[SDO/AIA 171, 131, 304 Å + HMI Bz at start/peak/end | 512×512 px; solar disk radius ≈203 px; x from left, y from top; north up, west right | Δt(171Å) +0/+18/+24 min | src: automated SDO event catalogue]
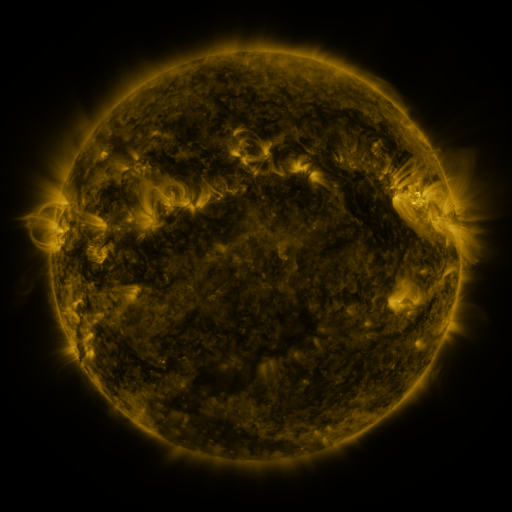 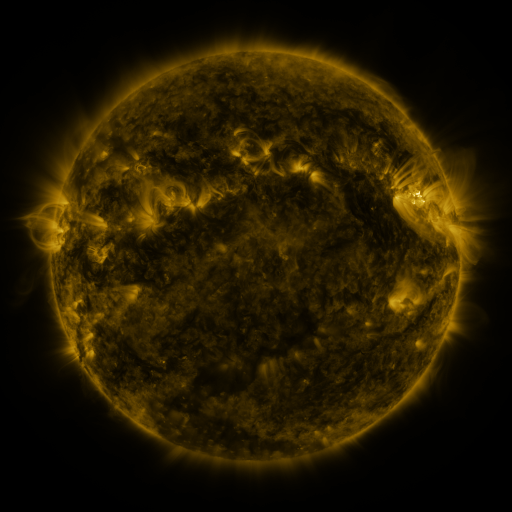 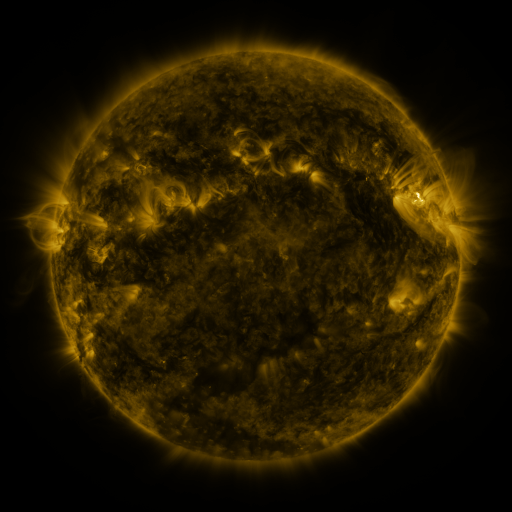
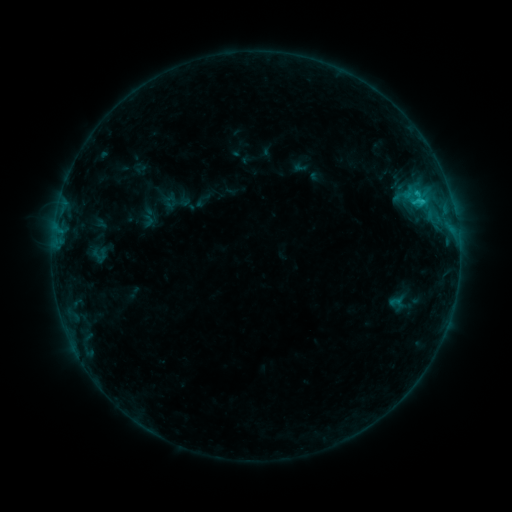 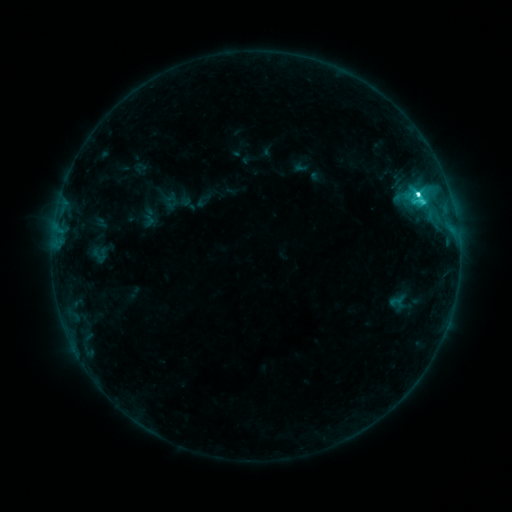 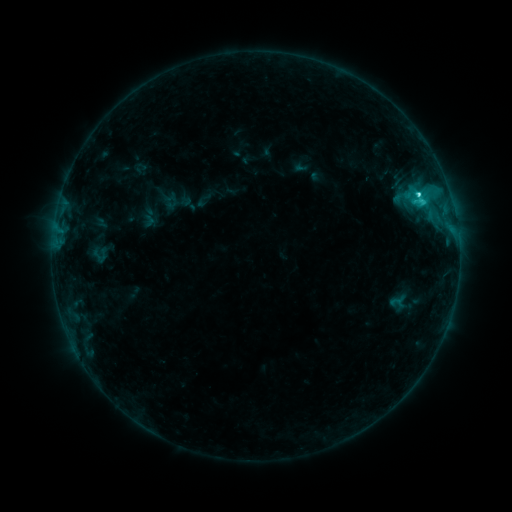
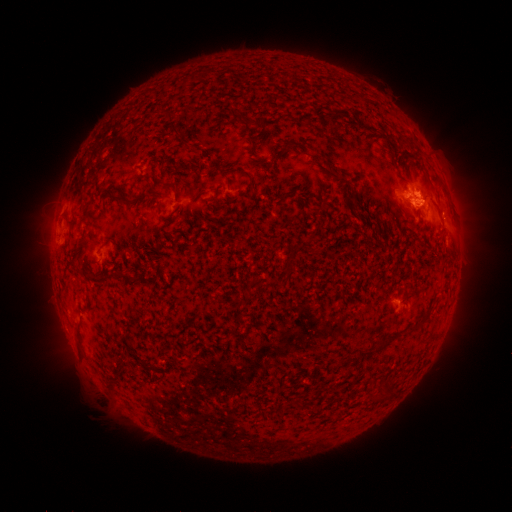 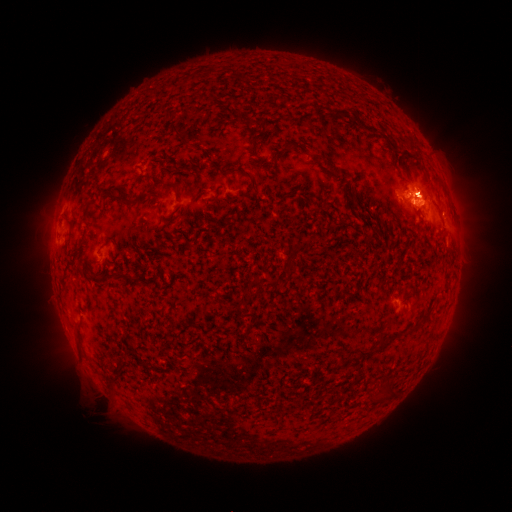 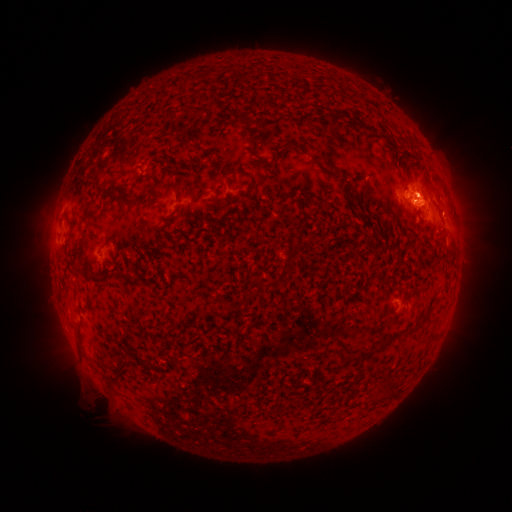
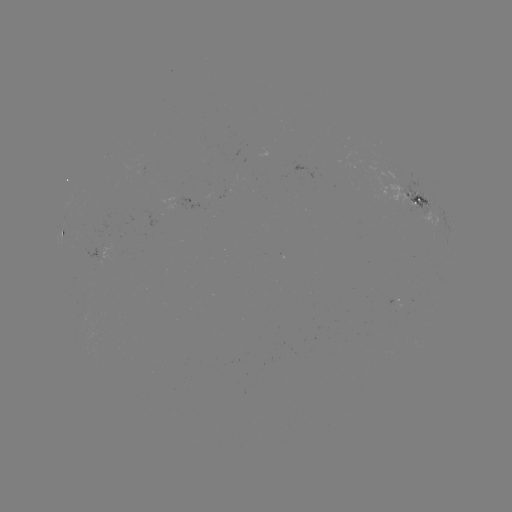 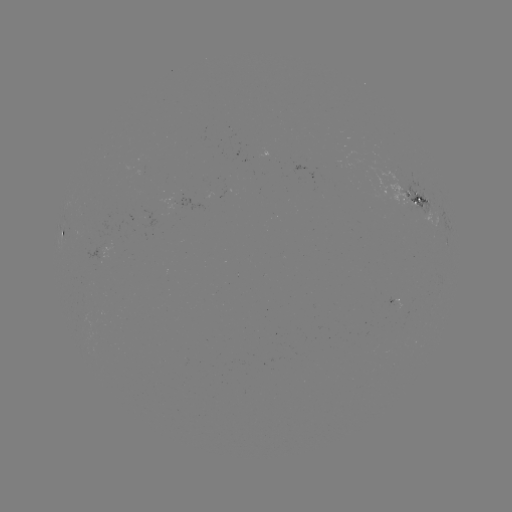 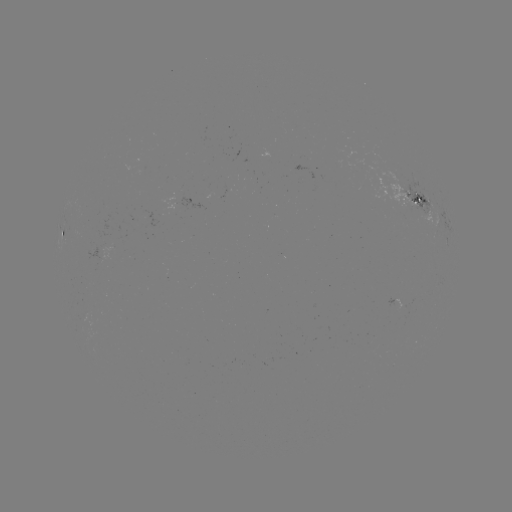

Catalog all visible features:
C5.2 flare: (416, 196)
